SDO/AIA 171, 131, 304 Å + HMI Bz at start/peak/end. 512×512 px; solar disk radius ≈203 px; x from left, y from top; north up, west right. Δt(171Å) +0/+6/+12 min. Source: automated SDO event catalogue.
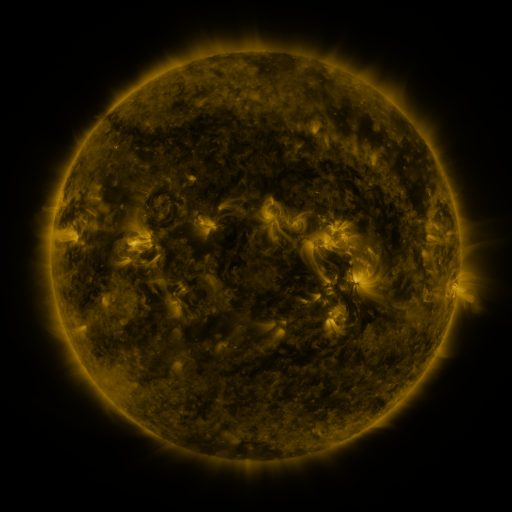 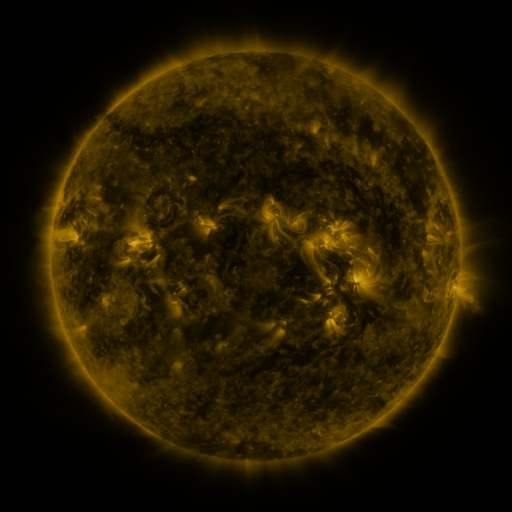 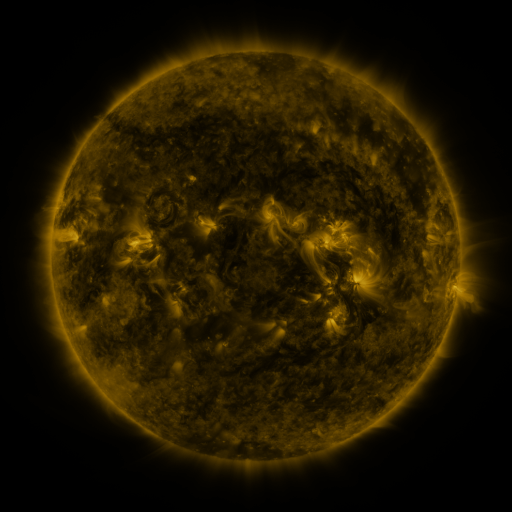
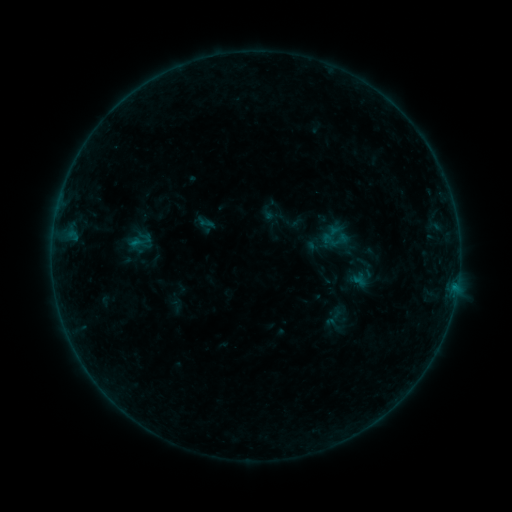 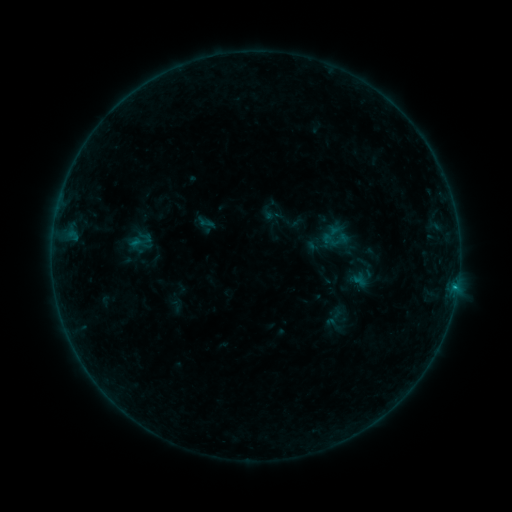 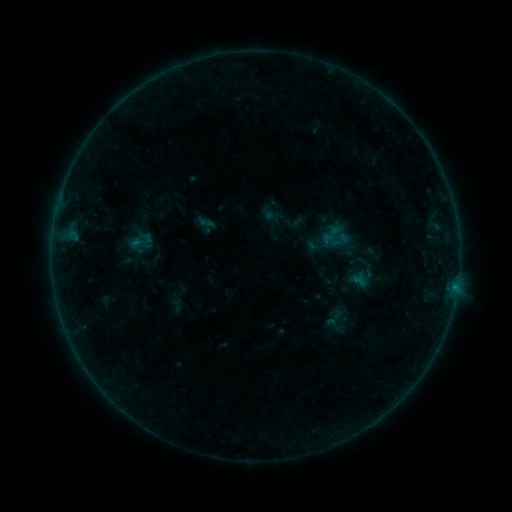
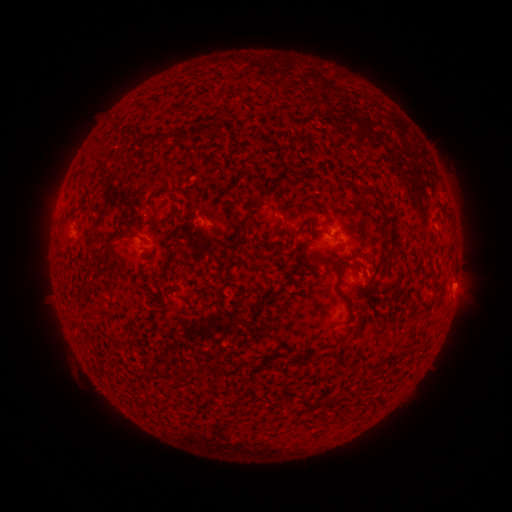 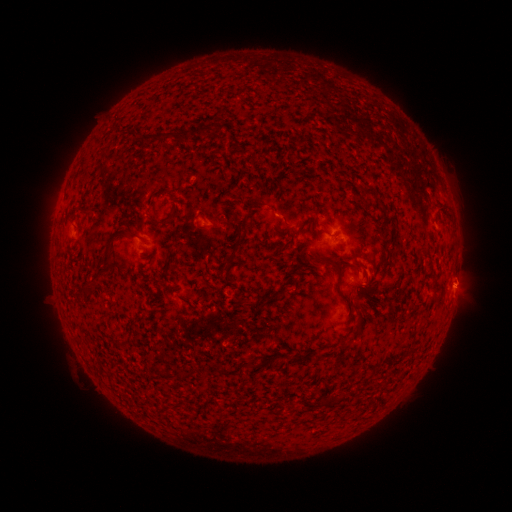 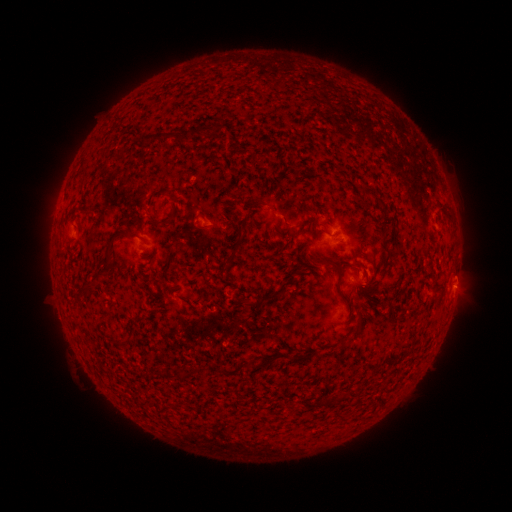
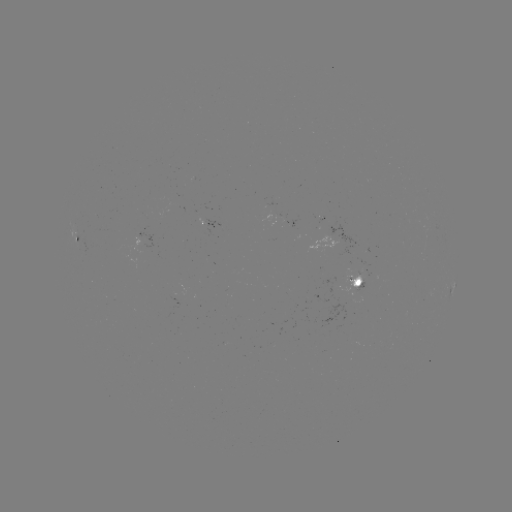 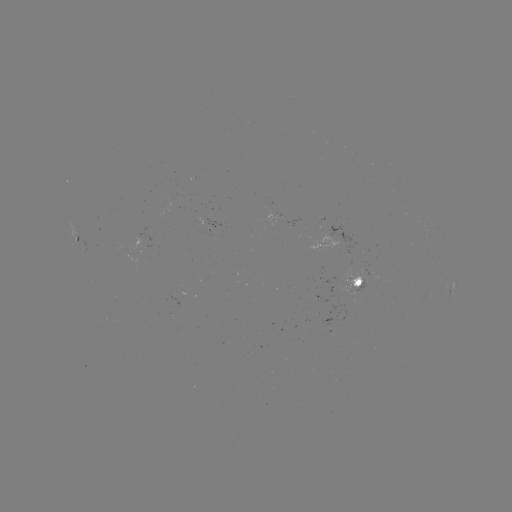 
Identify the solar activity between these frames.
B2.7 flare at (455, 285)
